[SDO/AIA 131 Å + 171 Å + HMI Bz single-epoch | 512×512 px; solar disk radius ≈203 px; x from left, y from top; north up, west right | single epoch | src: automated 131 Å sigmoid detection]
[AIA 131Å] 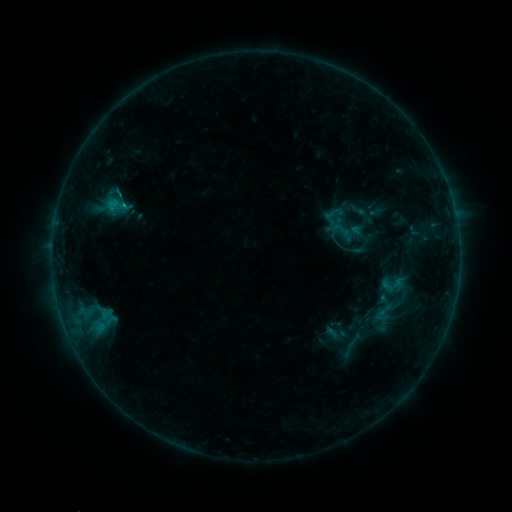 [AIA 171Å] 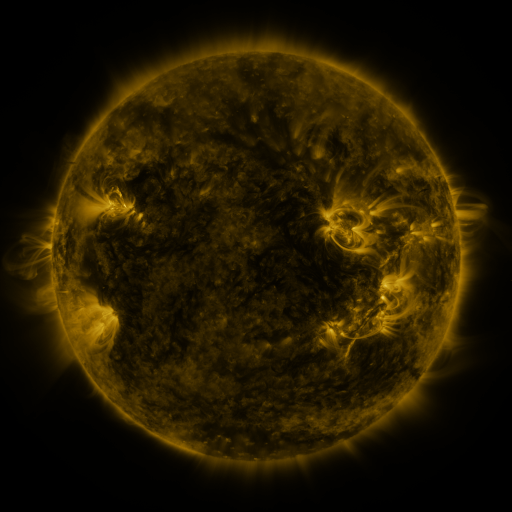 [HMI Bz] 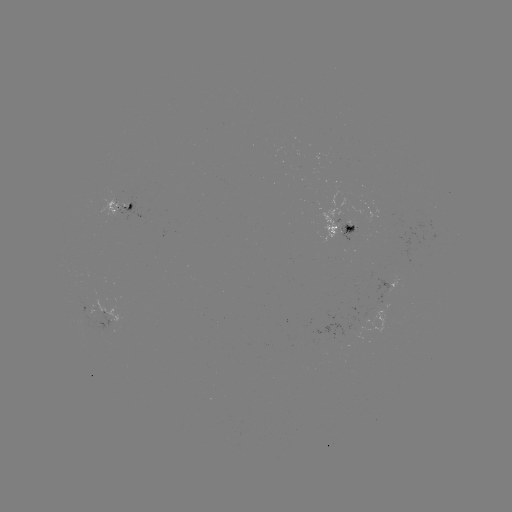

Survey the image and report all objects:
sigmoid: (341, 224)
sigmoid: (384, 313)
